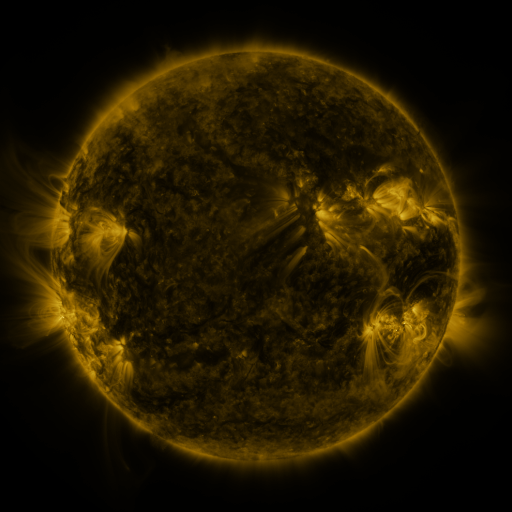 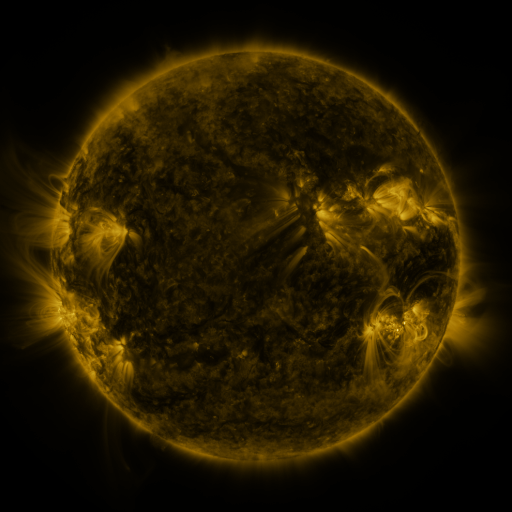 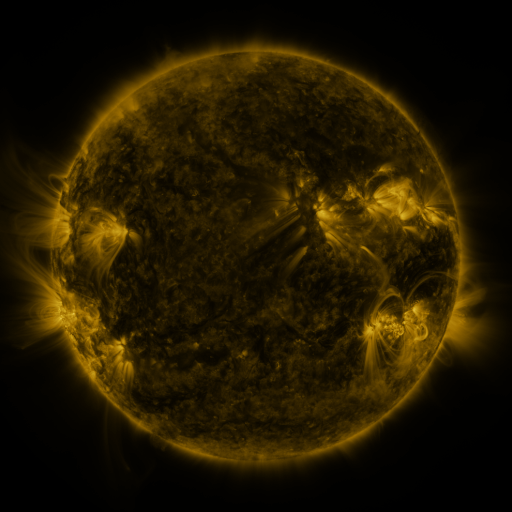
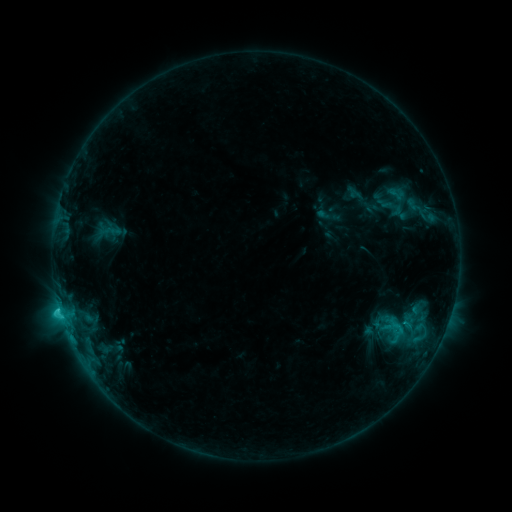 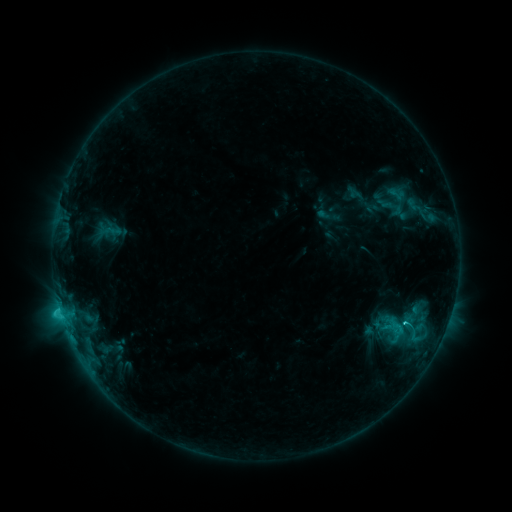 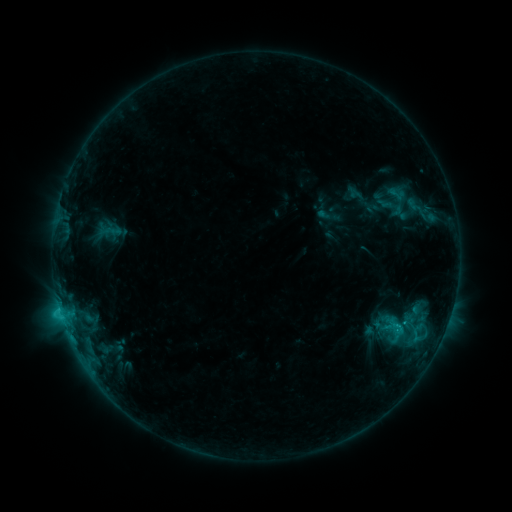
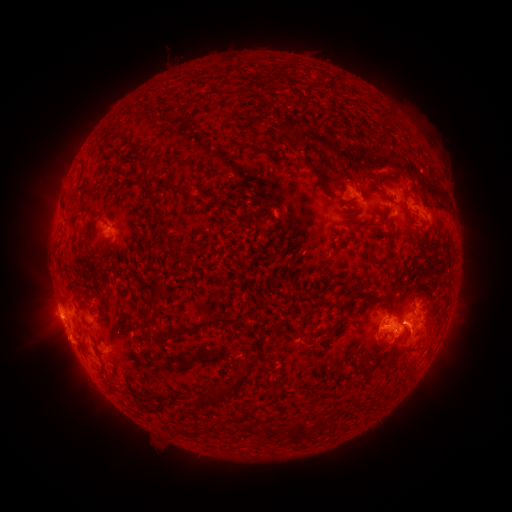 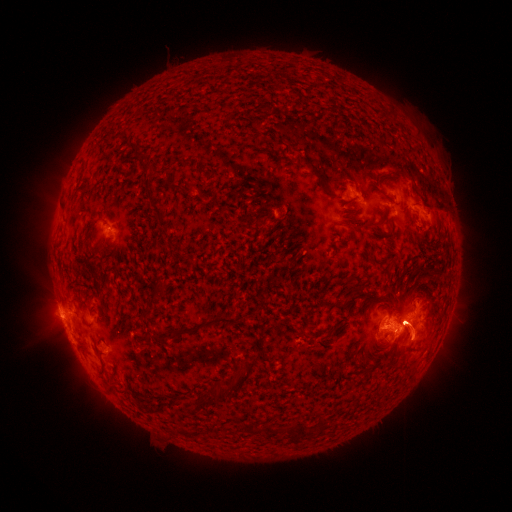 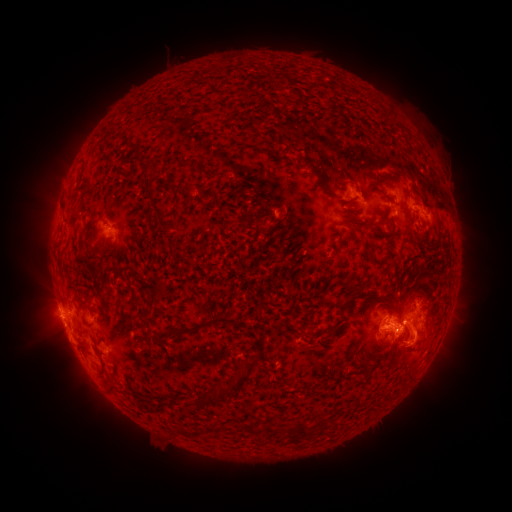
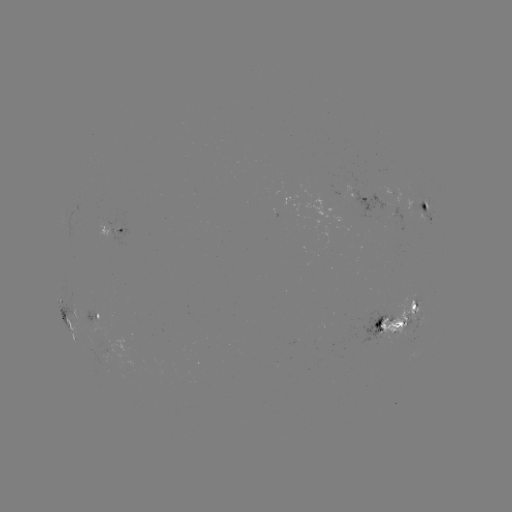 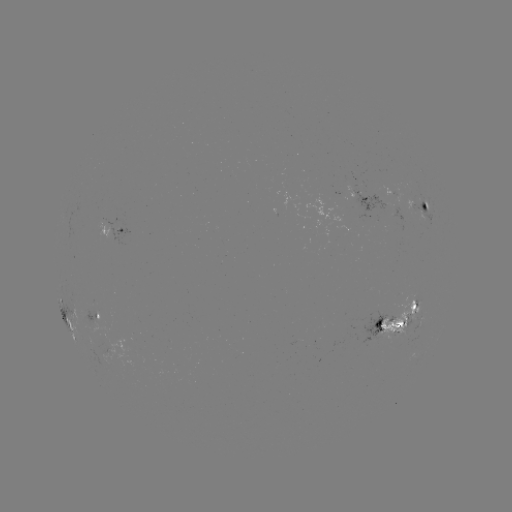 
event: eruption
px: (420, 333)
